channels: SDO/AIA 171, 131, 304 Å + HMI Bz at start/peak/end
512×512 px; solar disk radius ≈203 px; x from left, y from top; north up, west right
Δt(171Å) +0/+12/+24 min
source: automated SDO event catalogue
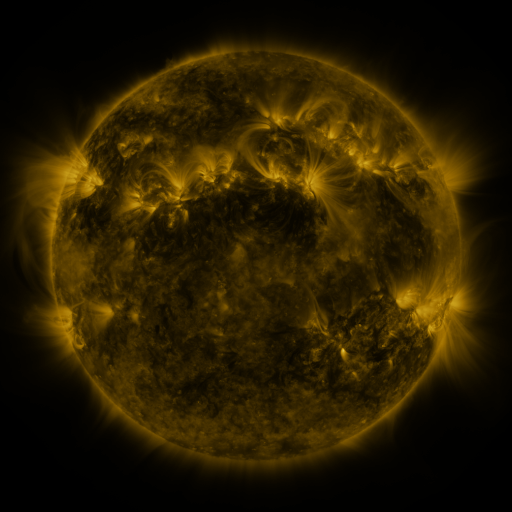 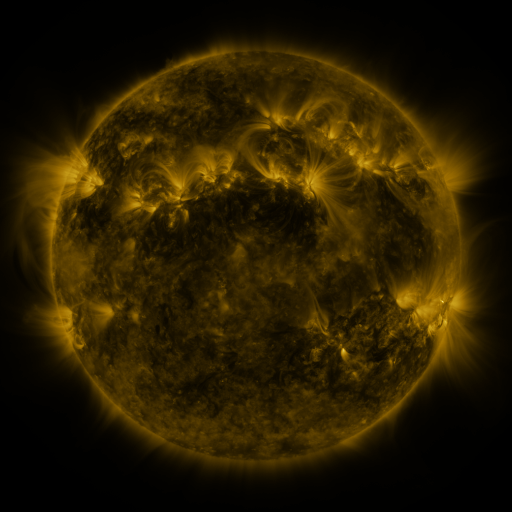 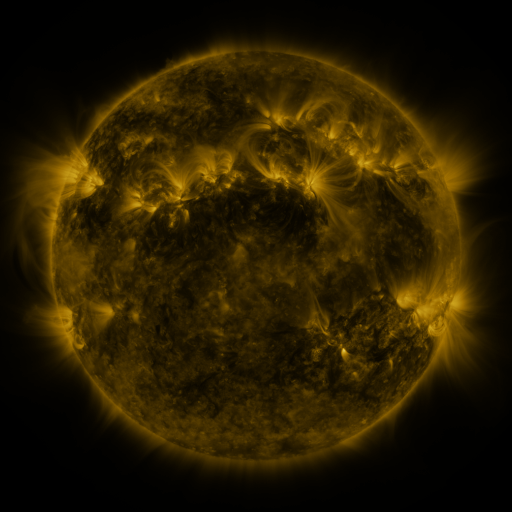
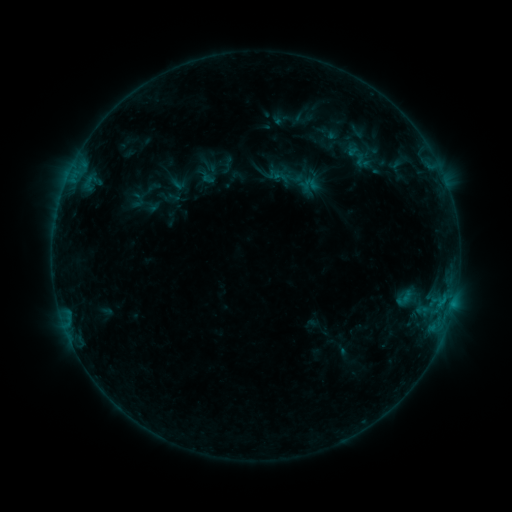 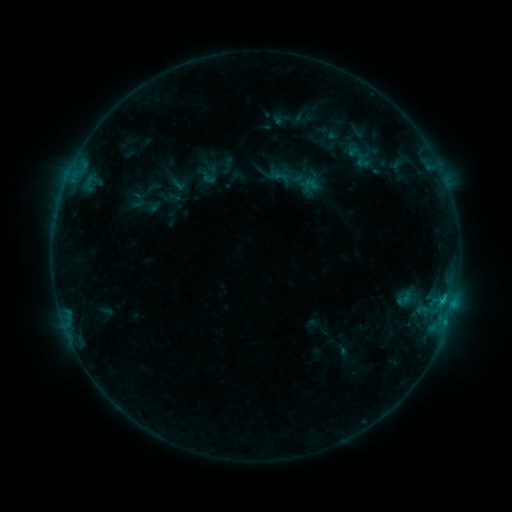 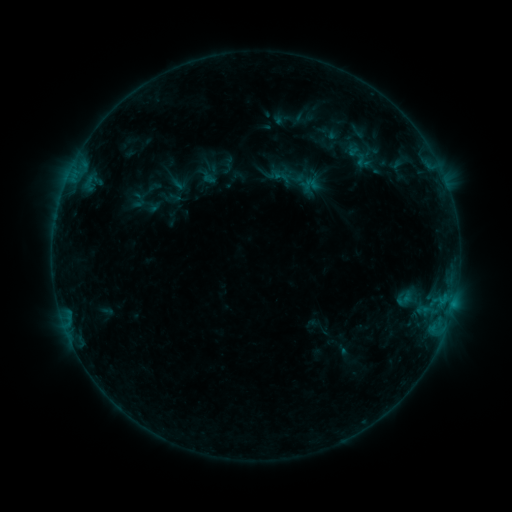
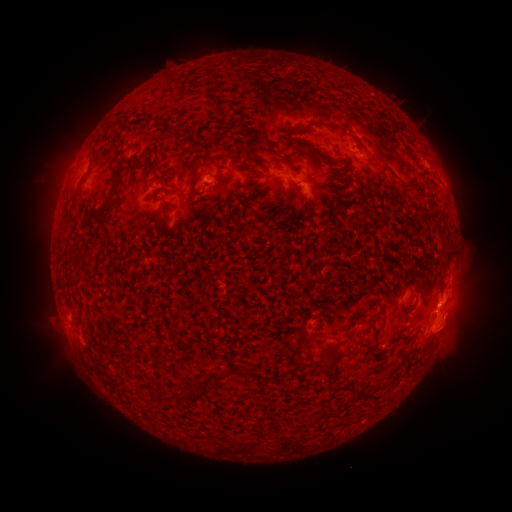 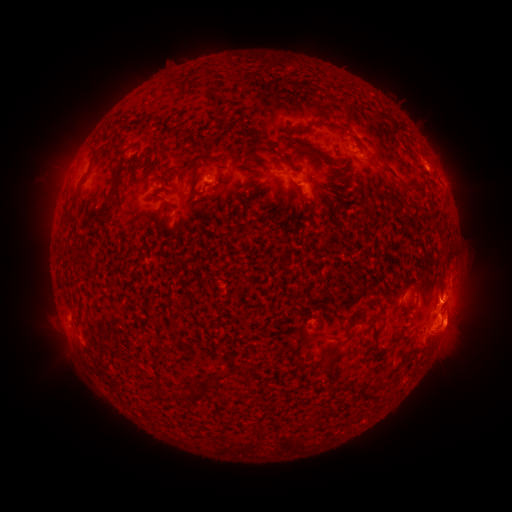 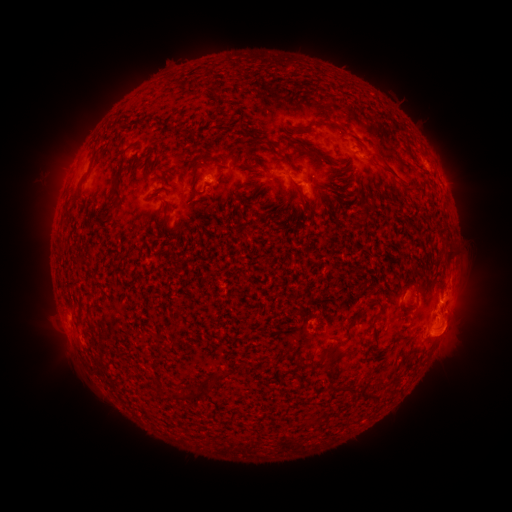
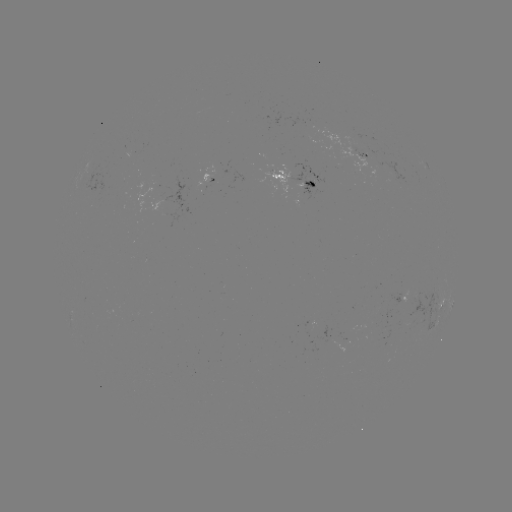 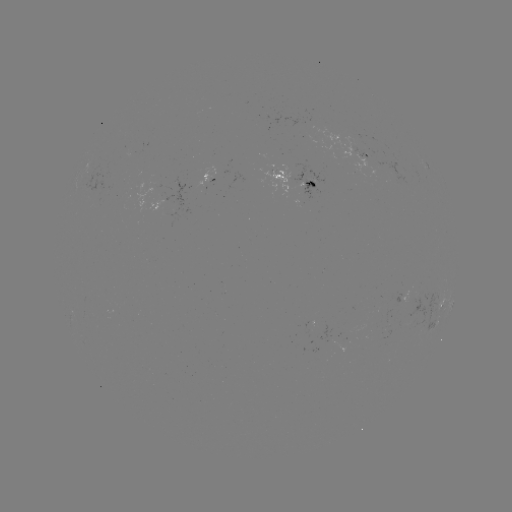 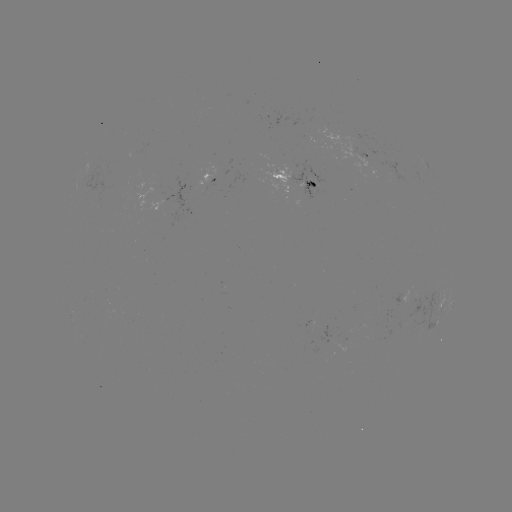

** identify B8.3 flare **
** [444, 294] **